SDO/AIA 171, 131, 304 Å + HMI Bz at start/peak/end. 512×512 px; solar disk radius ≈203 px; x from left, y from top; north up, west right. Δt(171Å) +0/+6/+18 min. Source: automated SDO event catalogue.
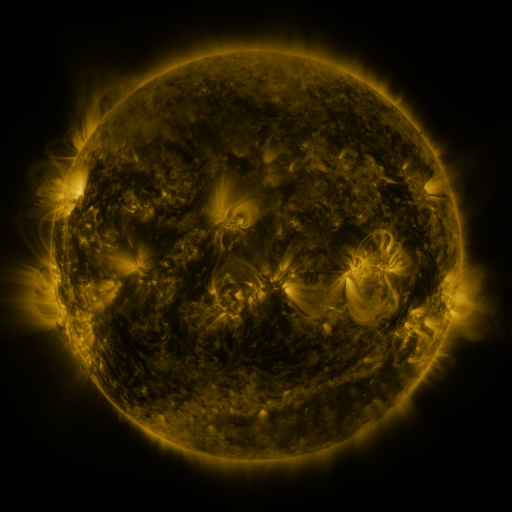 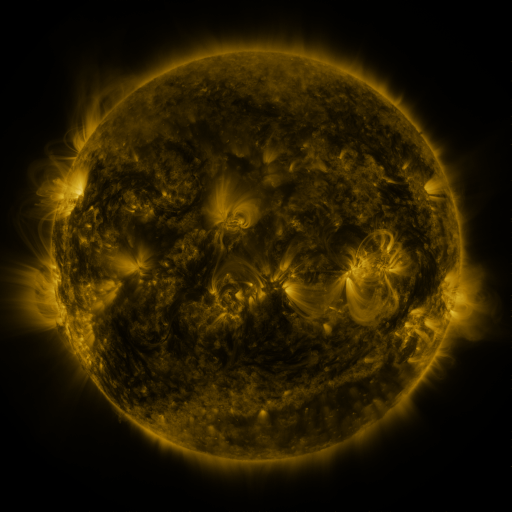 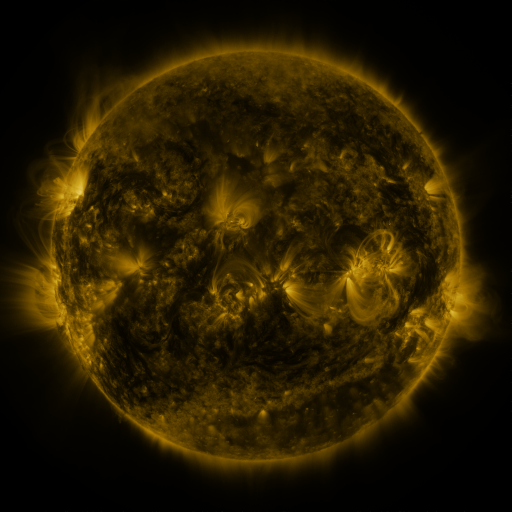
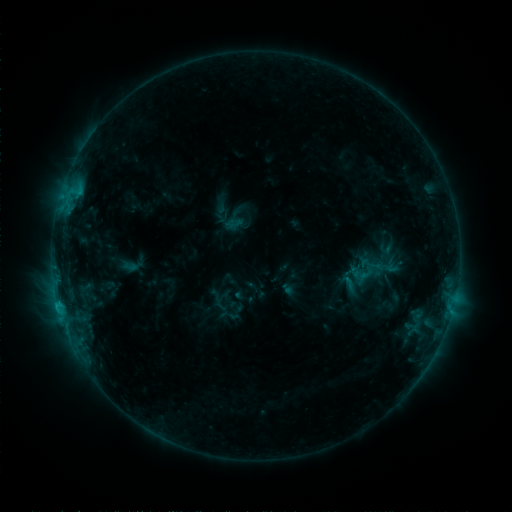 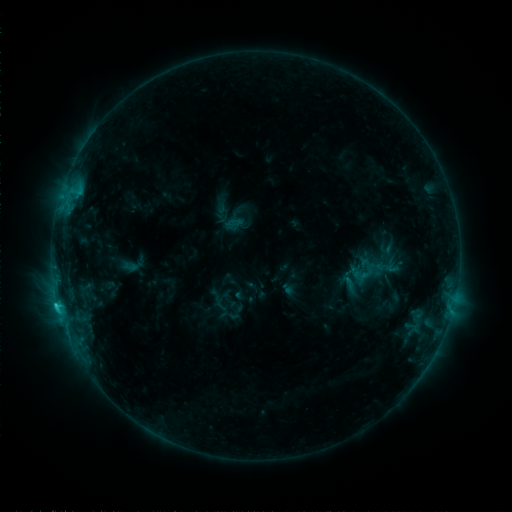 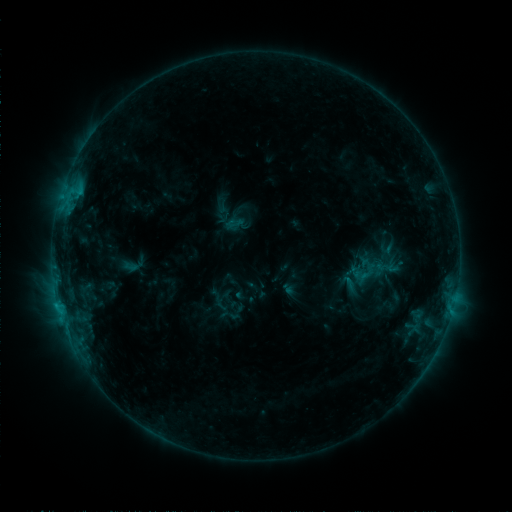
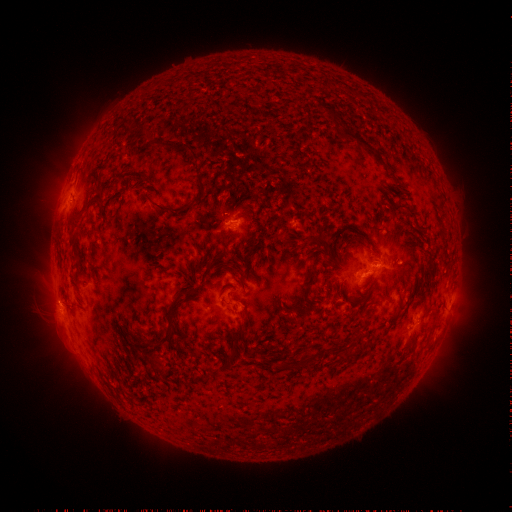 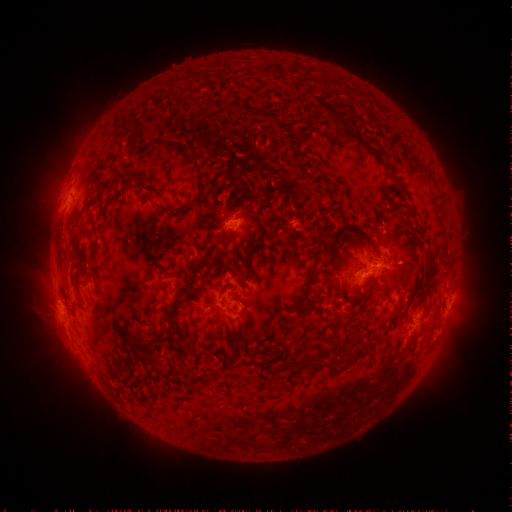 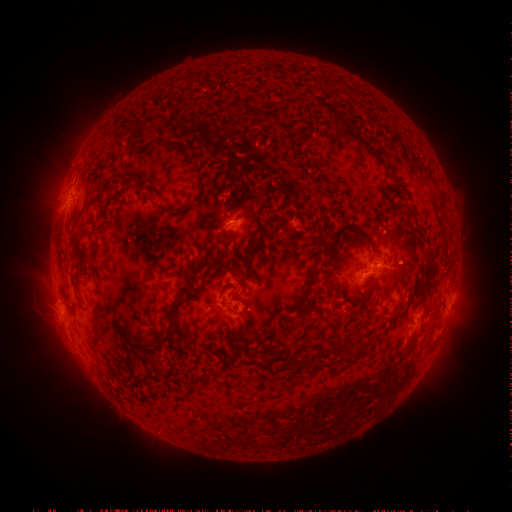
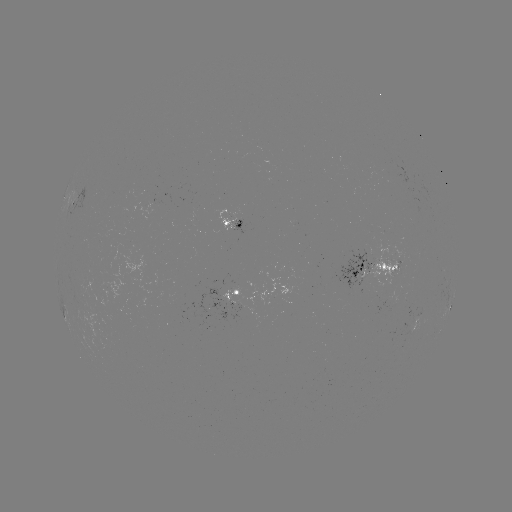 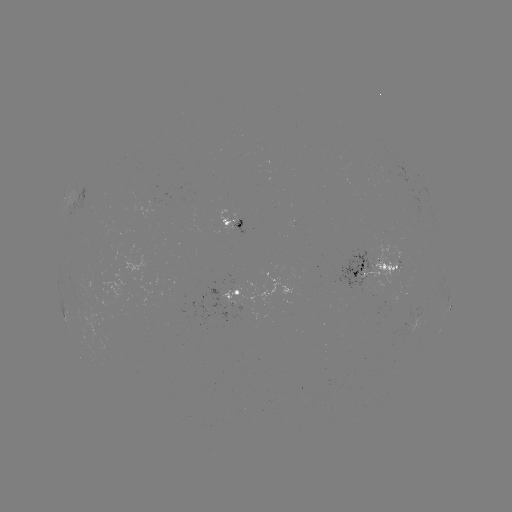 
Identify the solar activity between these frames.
C1.2 flare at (58, 304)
